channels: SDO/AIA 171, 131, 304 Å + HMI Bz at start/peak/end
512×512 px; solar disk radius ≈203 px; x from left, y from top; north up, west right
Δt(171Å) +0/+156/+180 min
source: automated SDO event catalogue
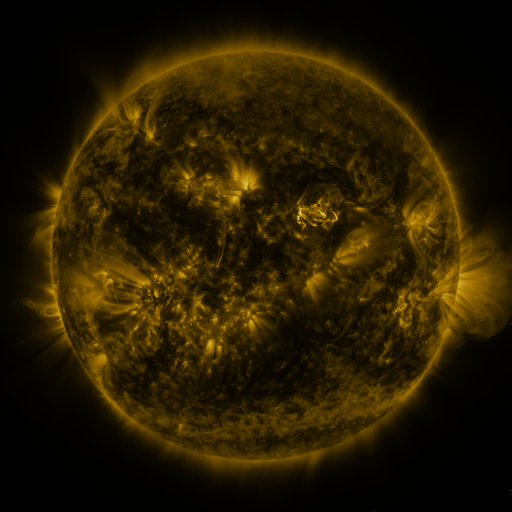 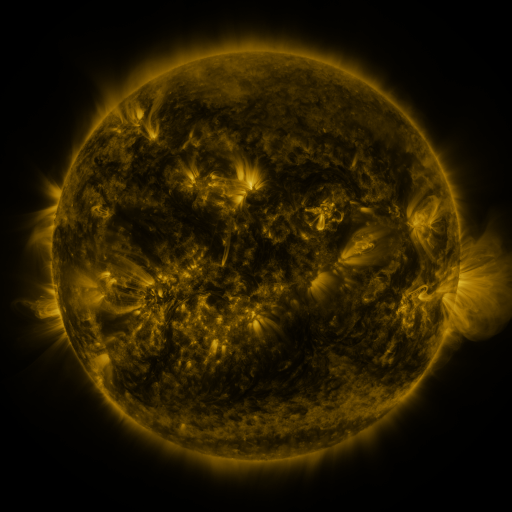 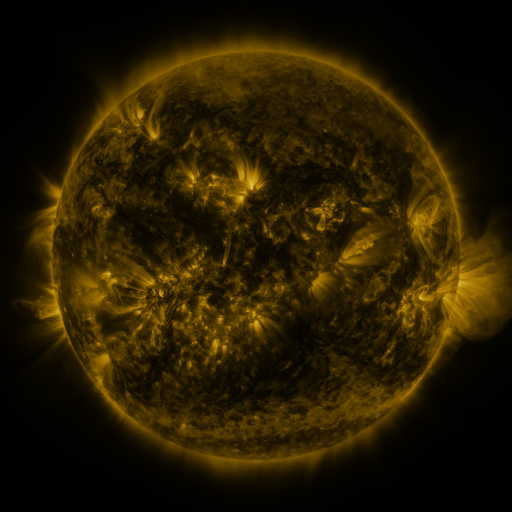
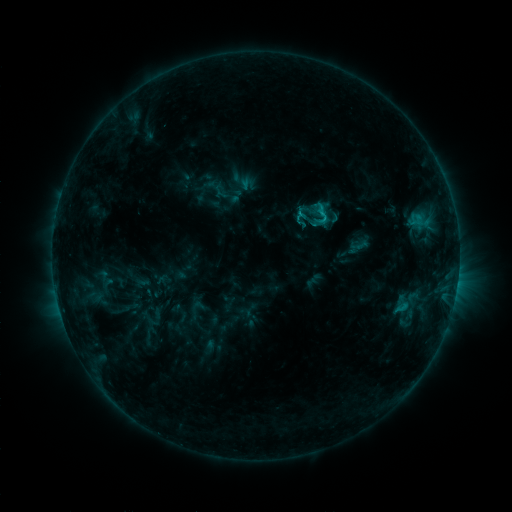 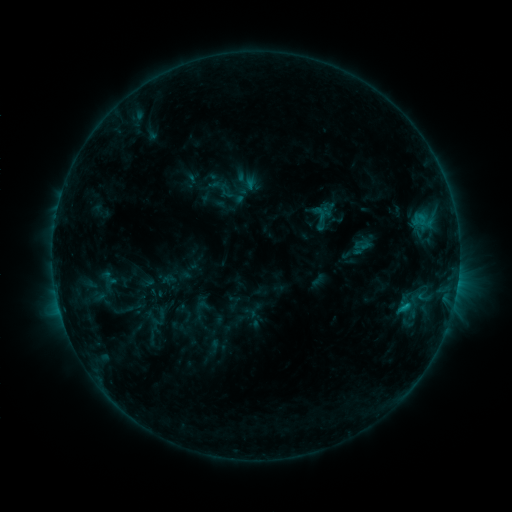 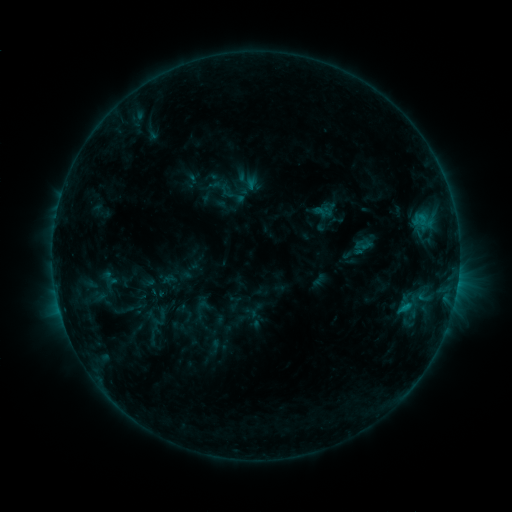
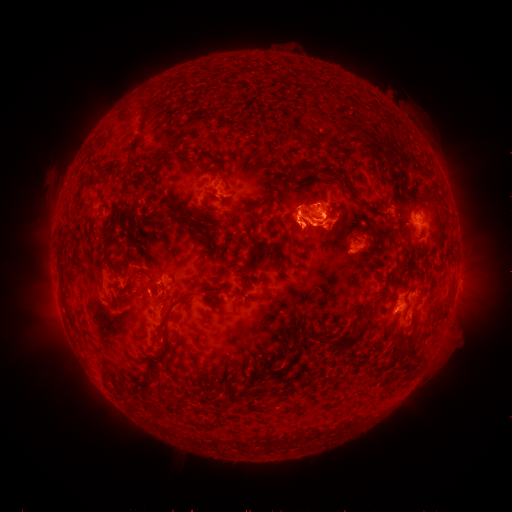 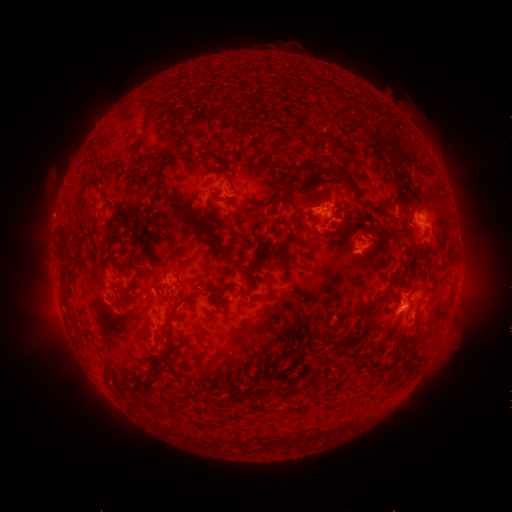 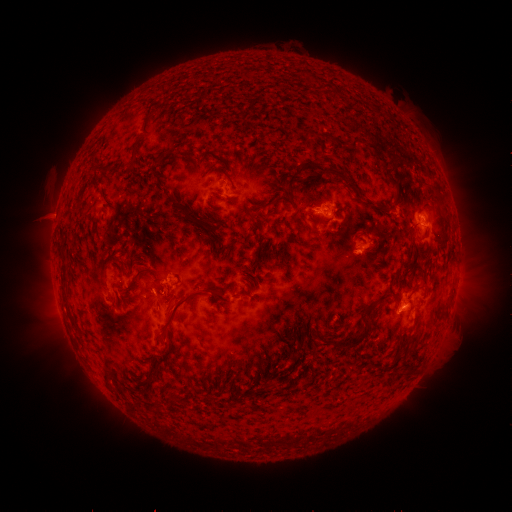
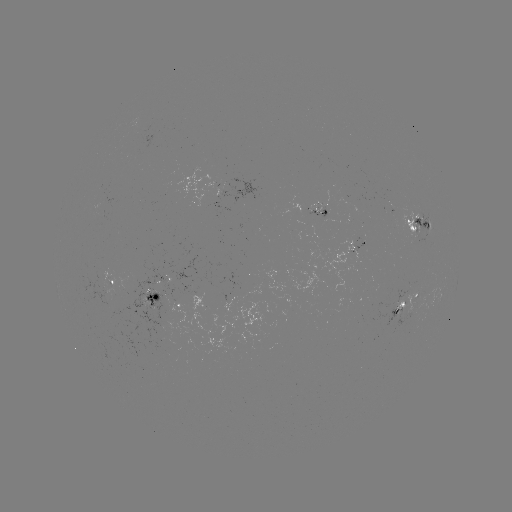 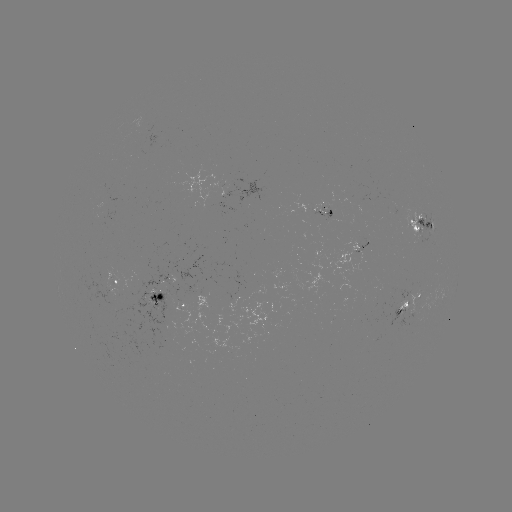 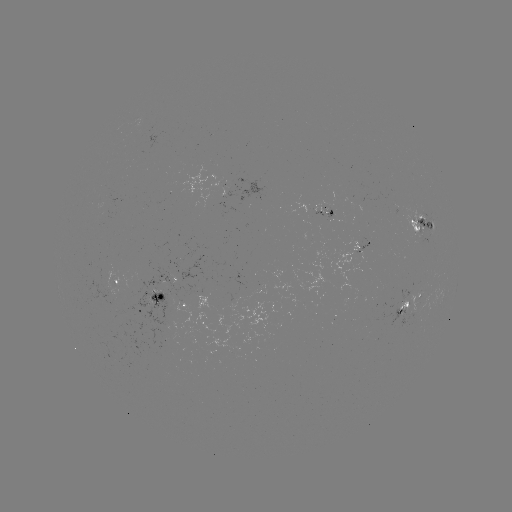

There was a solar emerging-flux region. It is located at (402, 304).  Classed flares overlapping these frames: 1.